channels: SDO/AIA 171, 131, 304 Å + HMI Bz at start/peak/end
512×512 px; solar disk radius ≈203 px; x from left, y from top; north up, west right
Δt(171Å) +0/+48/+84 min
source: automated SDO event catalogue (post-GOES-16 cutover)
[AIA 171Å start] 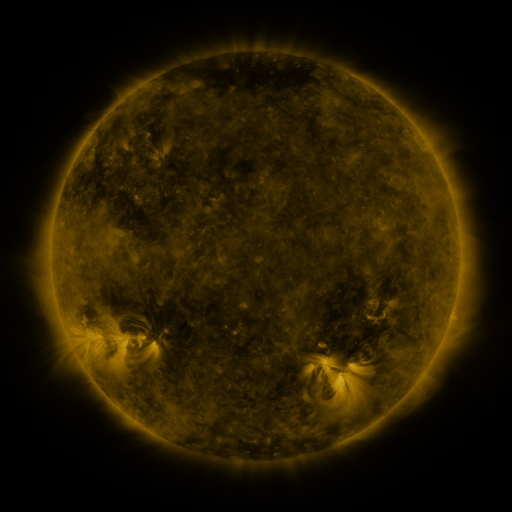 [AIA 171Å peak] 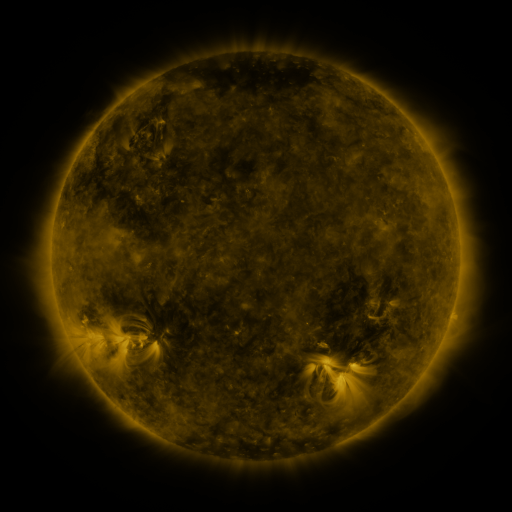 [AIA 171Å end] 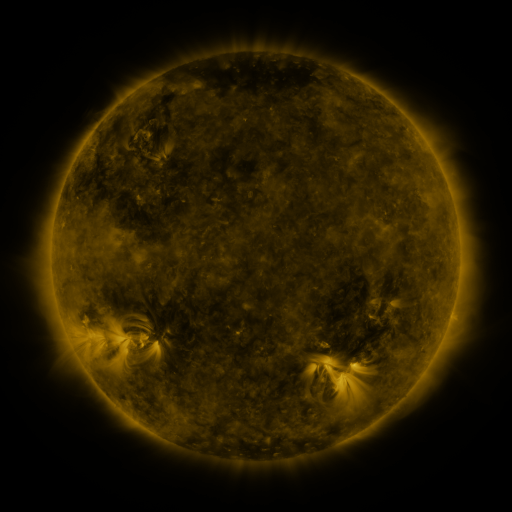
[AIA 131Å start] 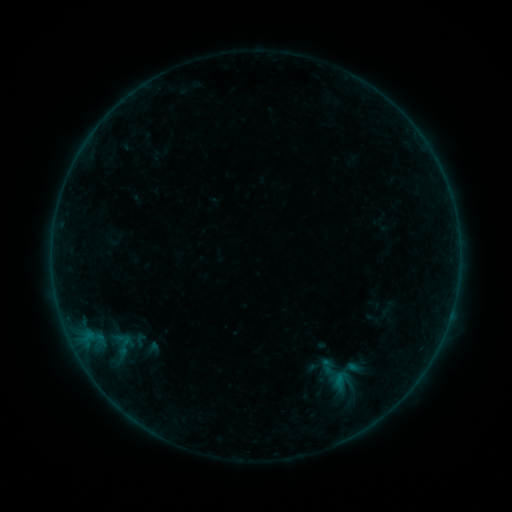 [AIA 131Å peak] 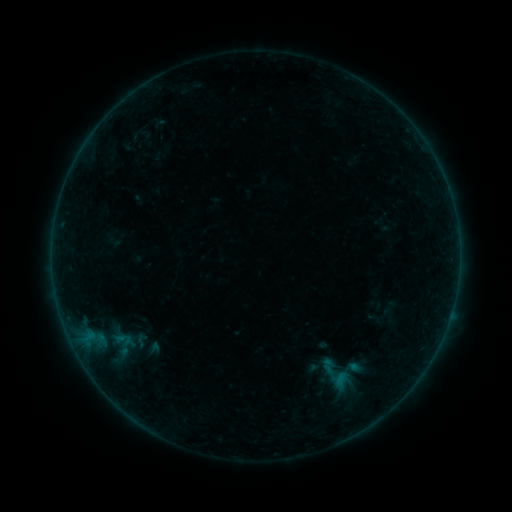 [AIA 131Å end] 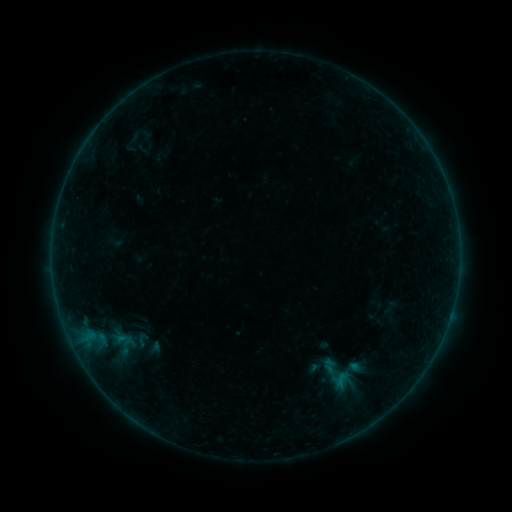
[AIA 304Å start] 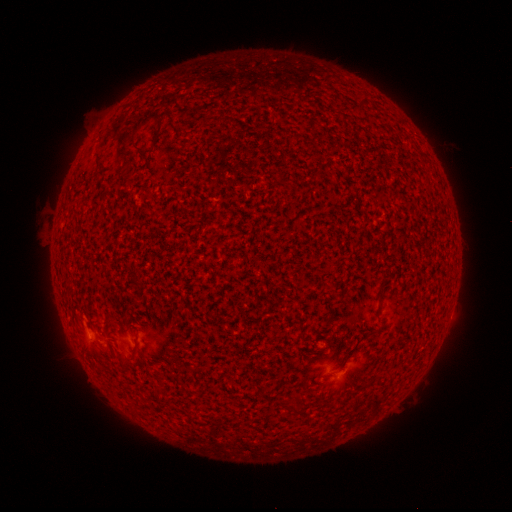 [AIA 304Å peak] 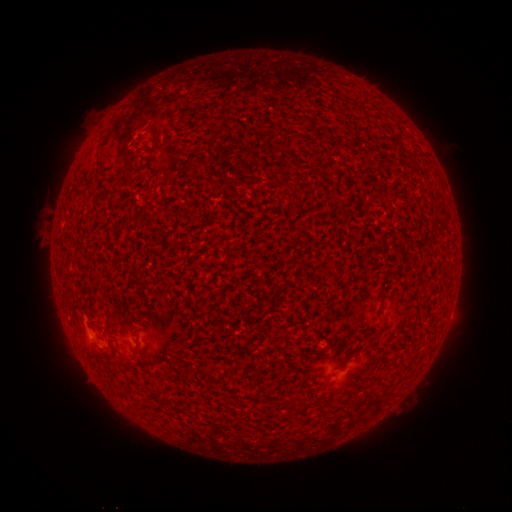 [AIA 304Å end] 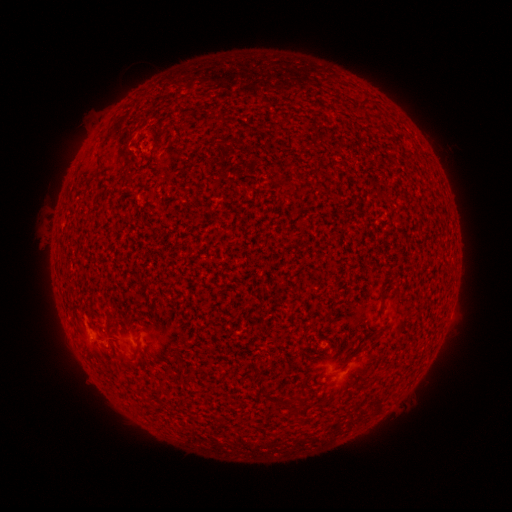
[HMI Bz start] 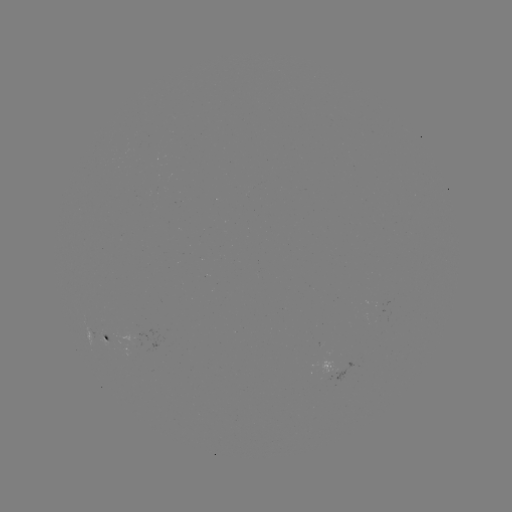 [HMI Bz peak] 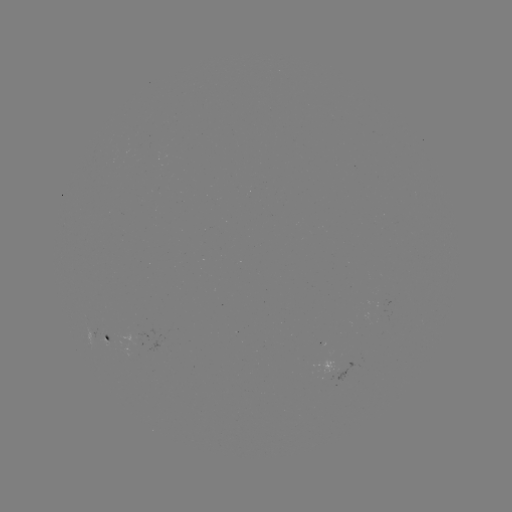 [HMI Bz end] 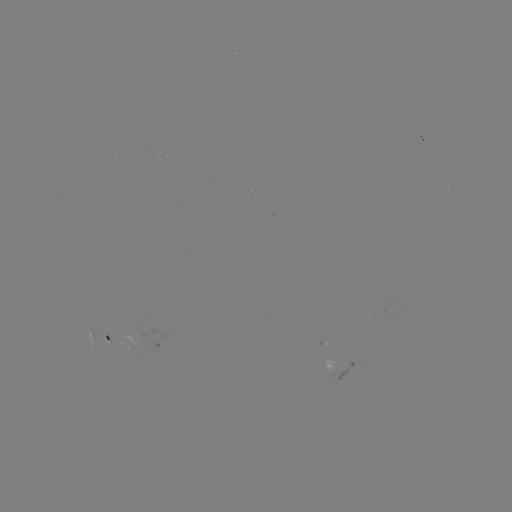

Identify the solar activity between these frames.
A7.3 flare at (90, 342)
